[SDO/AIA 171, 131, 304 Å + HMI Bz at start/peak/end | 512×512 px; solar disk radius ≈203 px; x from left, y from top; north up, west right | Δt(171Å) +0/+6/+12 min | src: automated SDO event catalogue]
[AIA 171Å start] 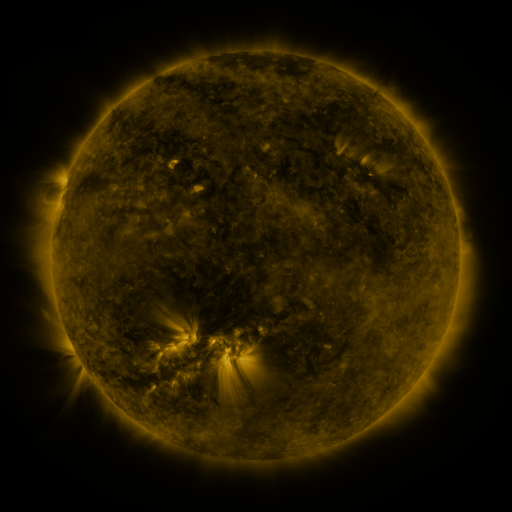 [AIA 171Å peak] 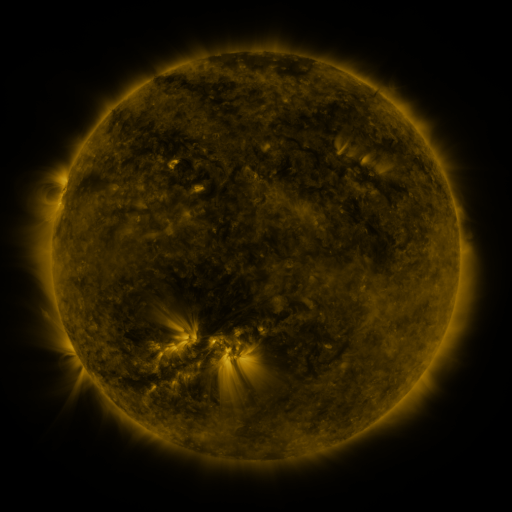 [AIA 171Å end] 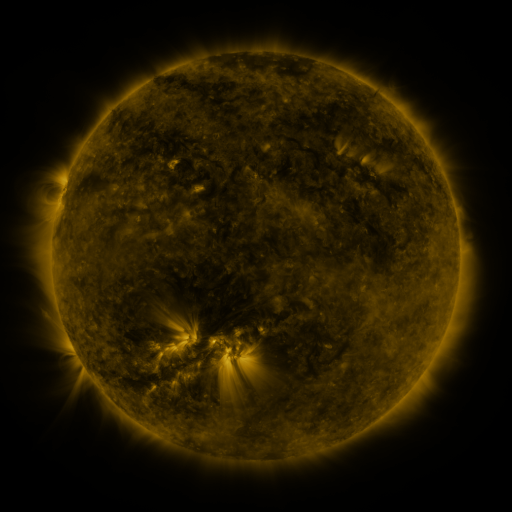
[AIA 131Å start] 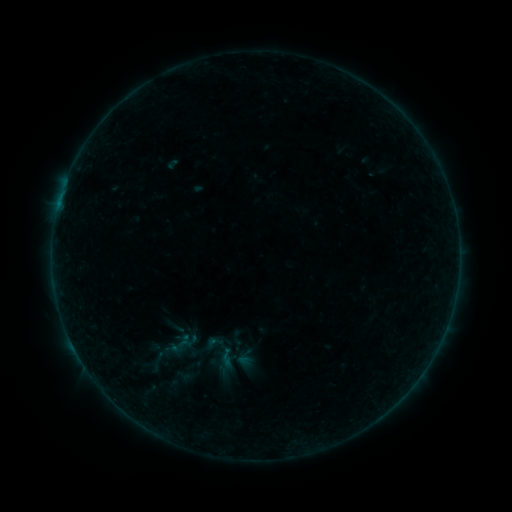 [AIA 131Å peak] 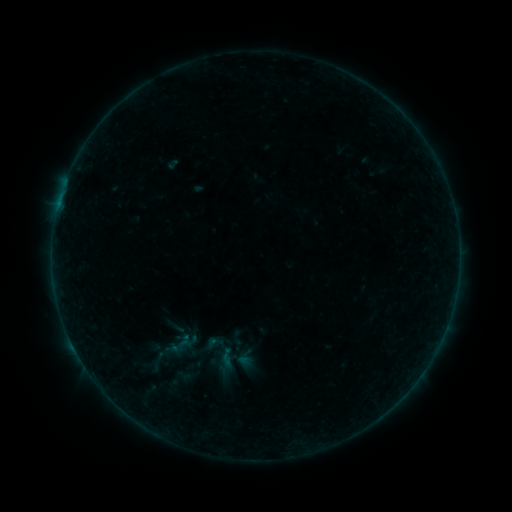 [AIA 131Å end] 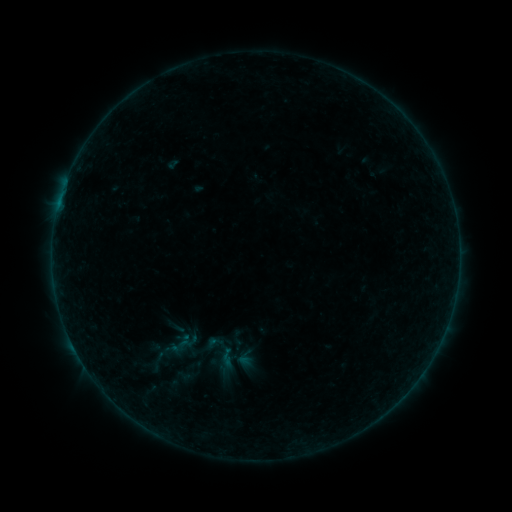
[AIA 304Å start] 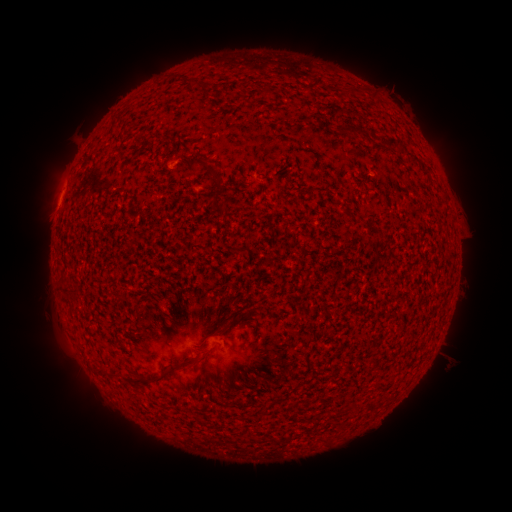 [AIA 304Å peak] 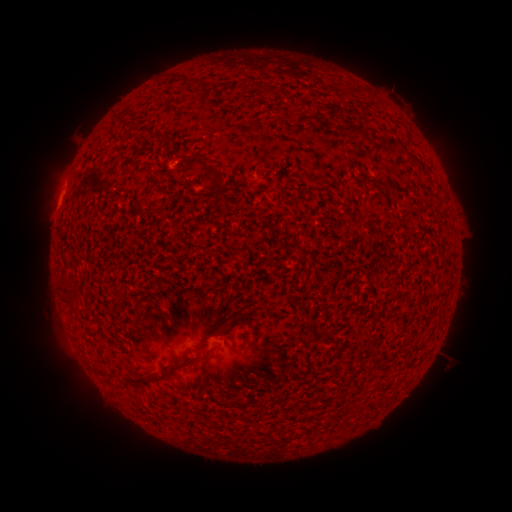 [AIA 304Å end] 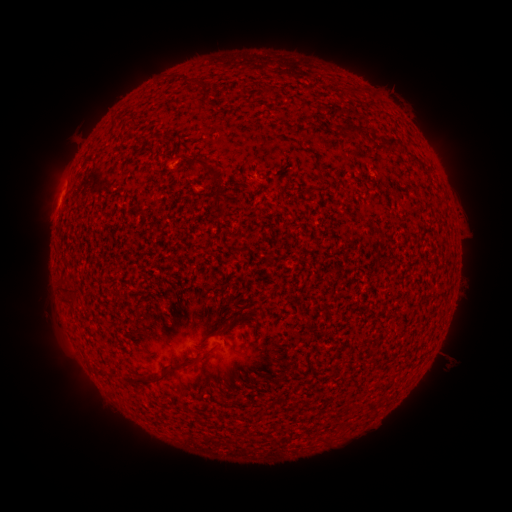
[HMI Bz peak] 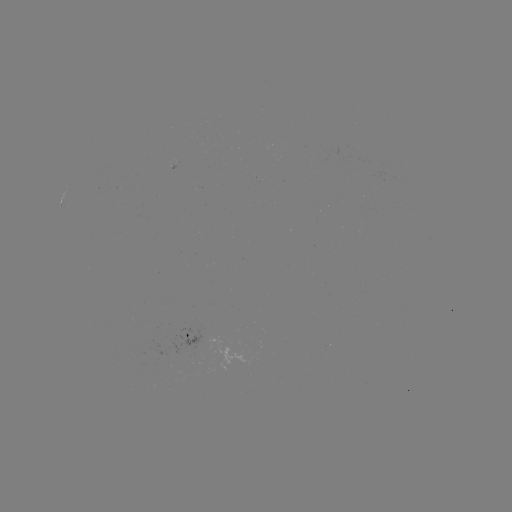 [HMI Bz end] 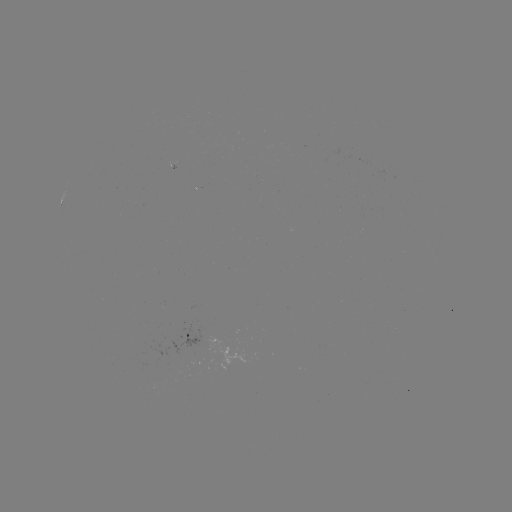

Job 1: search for B1.3 flare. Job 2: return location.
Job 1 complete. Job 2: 59,204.